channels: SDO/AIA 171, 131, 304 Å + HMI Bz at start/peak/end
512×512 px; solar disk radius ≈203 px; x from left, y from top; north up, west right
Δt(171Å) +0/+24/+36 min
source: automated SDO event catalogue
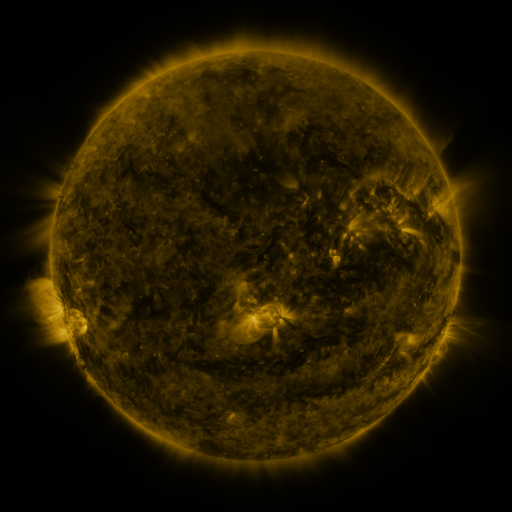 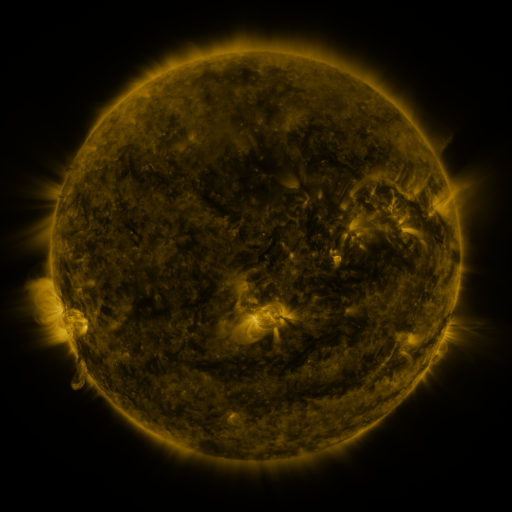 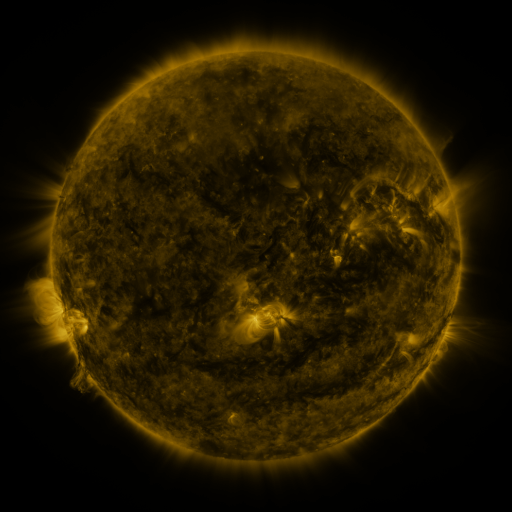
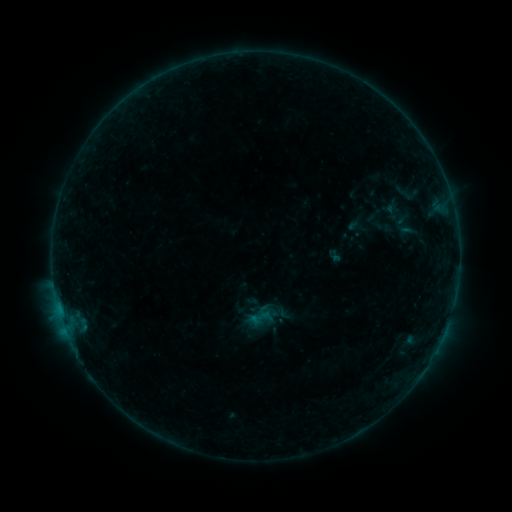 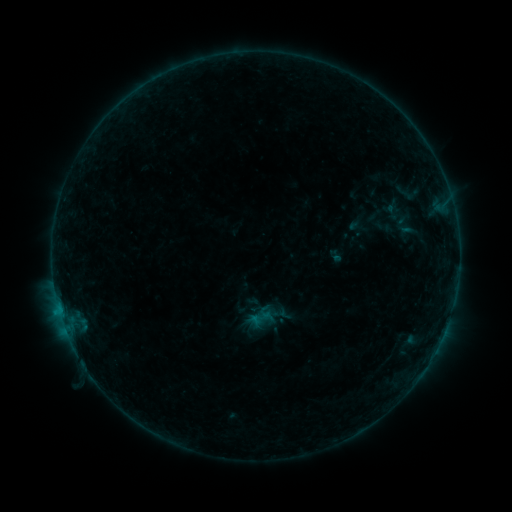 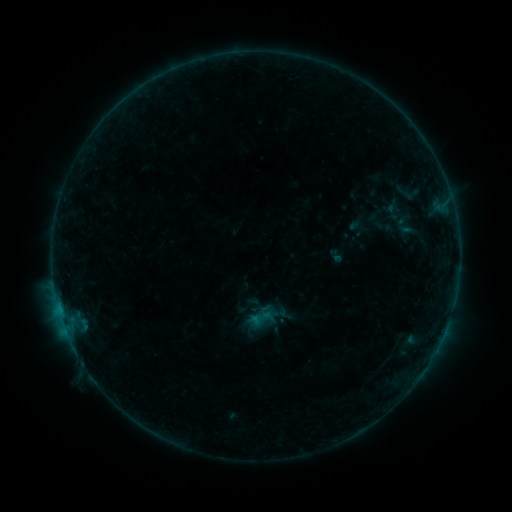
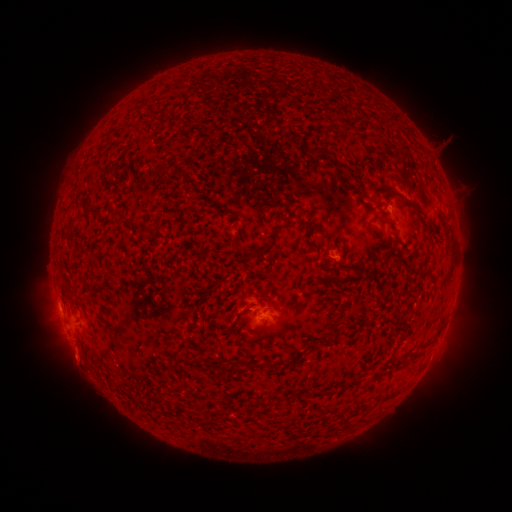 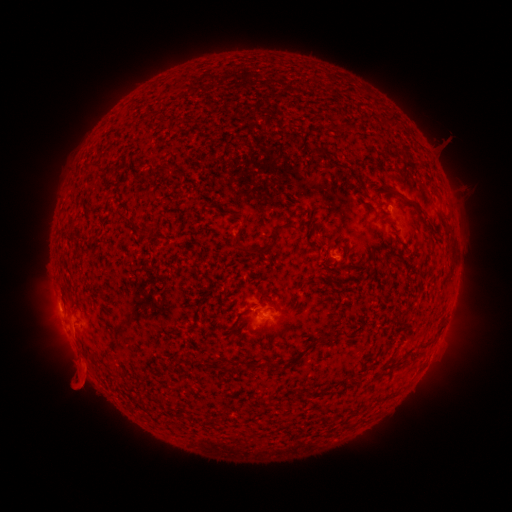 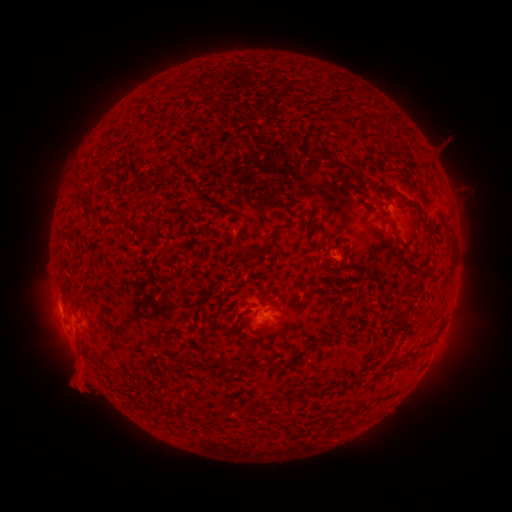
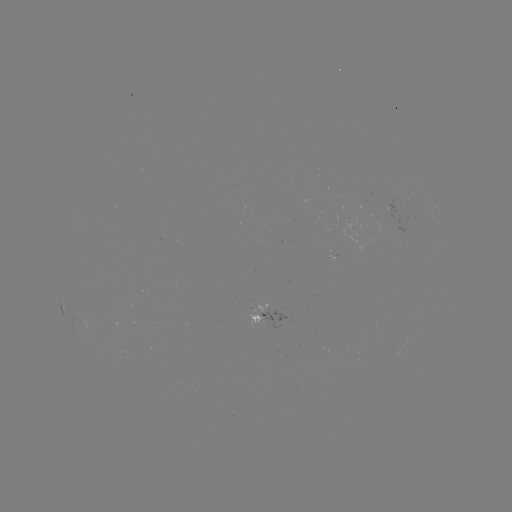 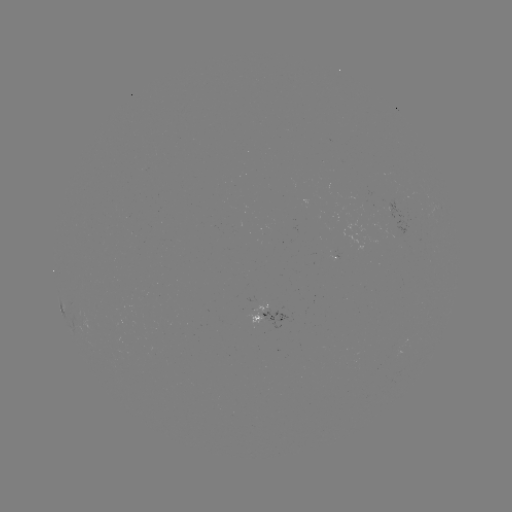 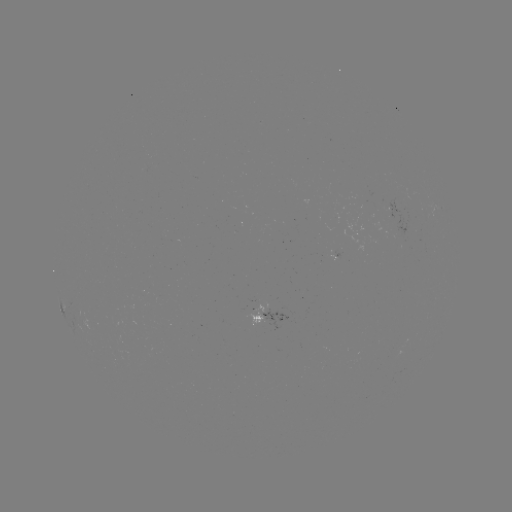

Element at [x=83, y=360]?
B2.9 flare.